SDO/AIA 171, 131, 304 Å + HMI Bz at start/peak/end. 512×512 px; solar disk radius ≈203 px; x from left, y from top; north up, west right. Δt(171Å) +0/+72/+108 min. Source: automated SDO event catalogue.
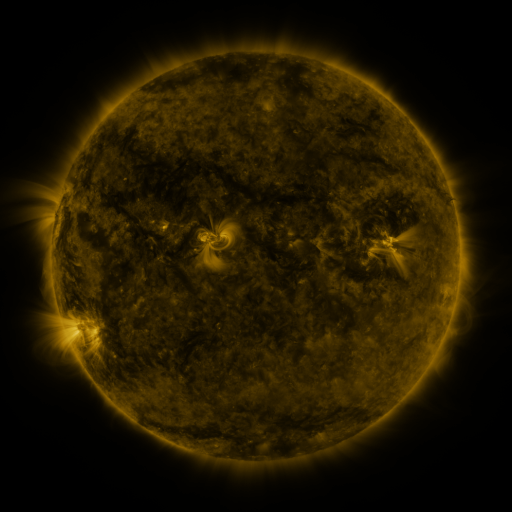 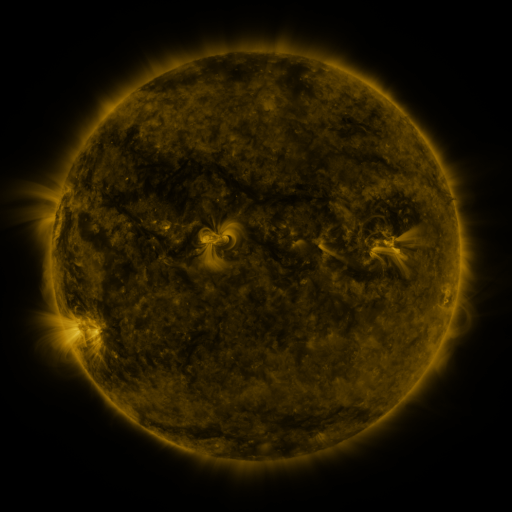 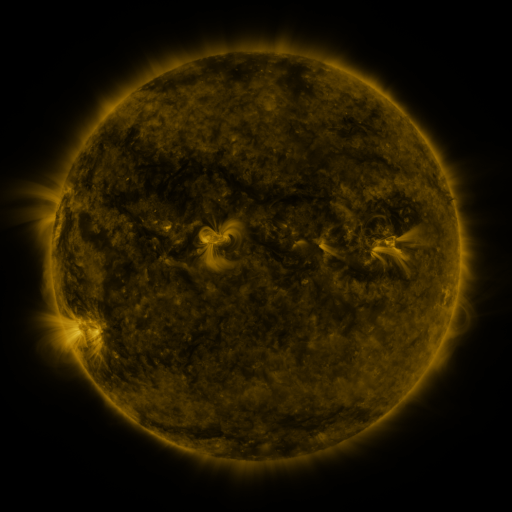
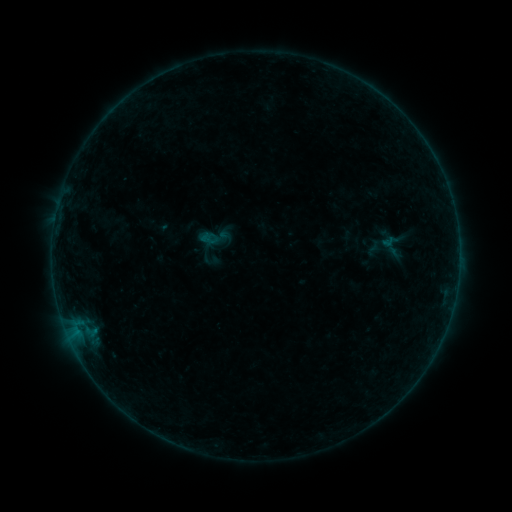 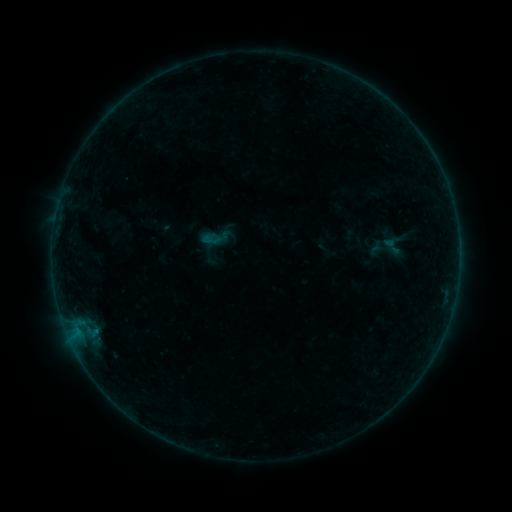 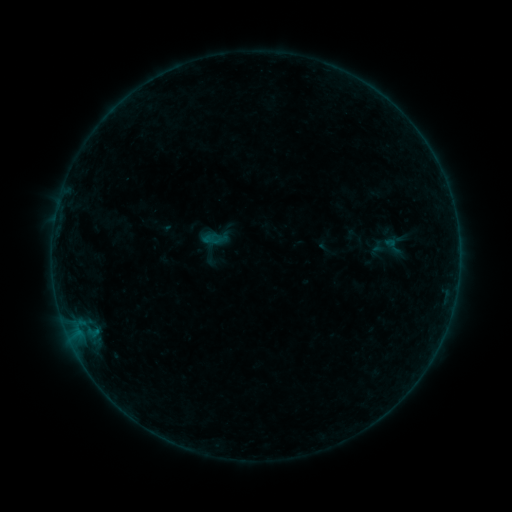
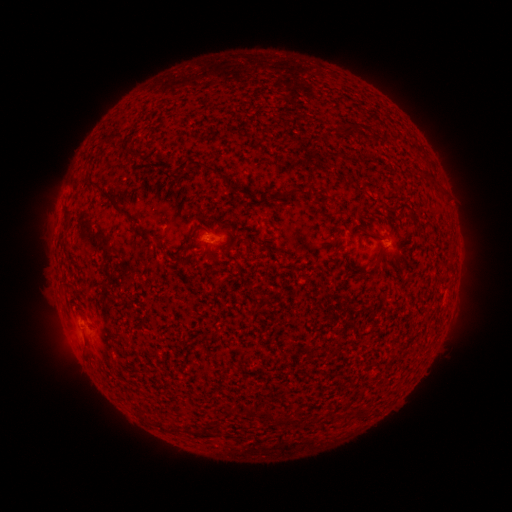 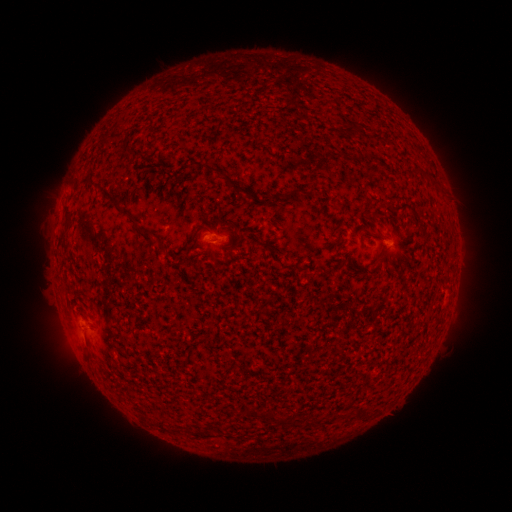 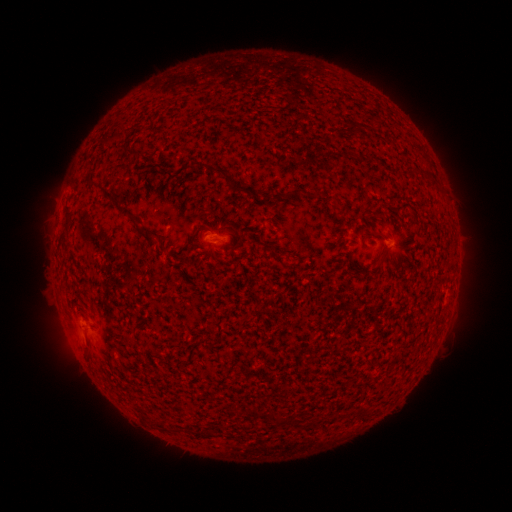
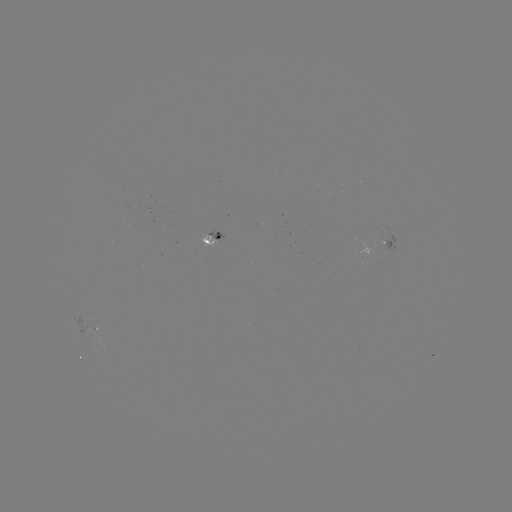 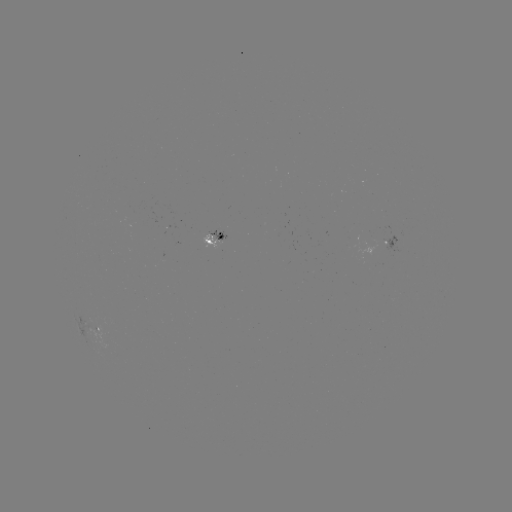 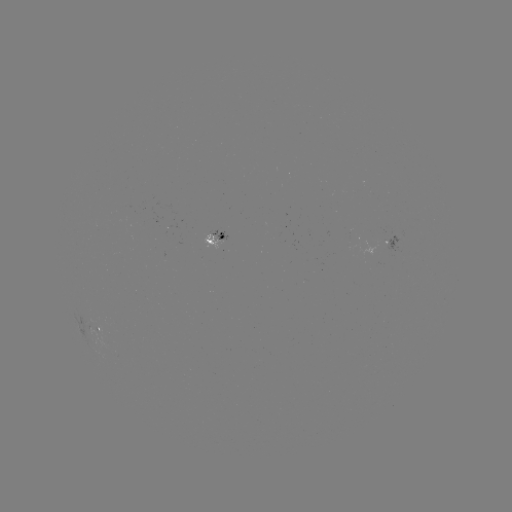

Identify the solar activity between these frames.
emerging-flux region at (95, 325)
